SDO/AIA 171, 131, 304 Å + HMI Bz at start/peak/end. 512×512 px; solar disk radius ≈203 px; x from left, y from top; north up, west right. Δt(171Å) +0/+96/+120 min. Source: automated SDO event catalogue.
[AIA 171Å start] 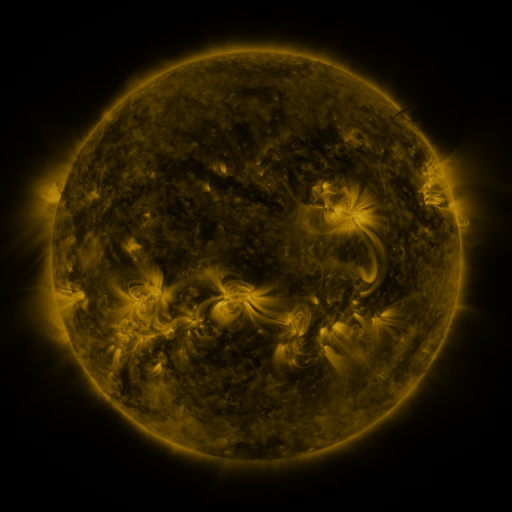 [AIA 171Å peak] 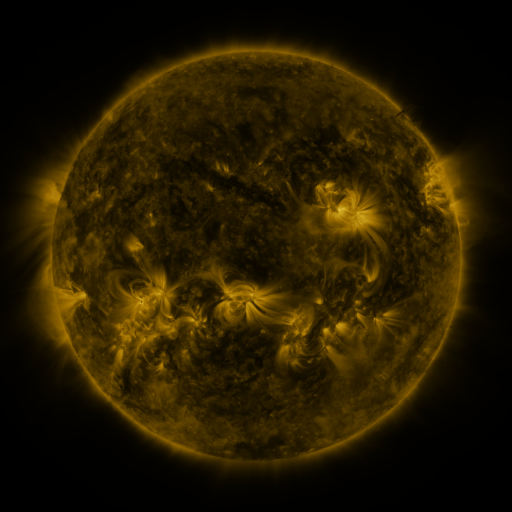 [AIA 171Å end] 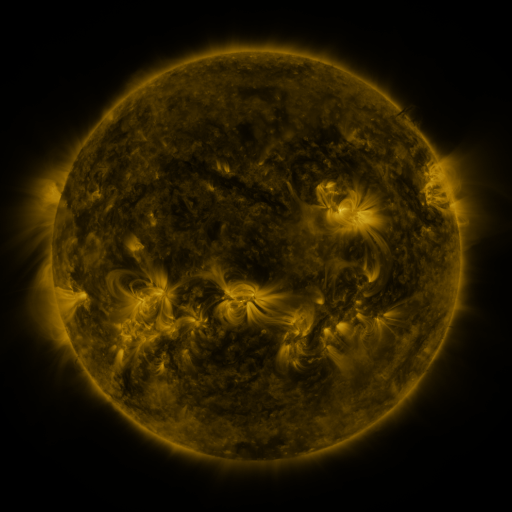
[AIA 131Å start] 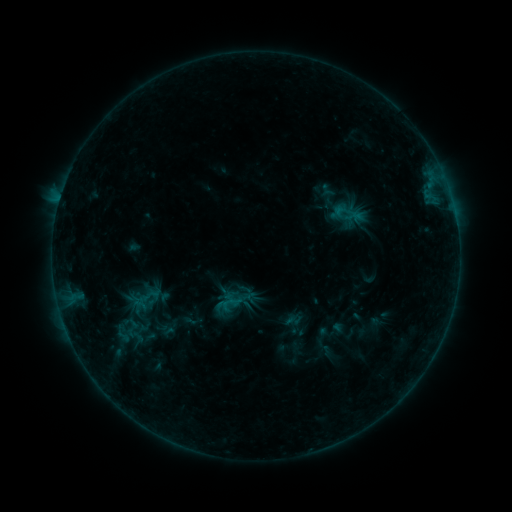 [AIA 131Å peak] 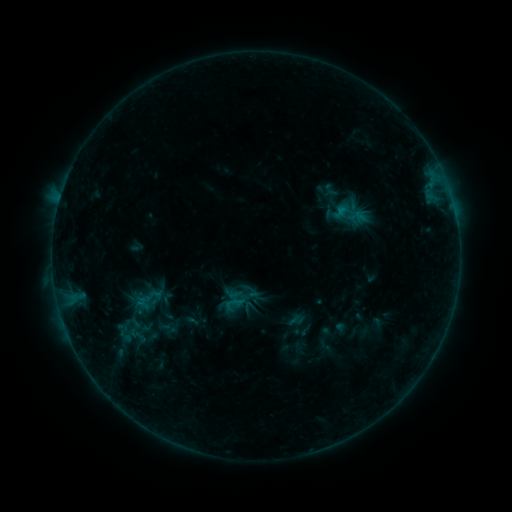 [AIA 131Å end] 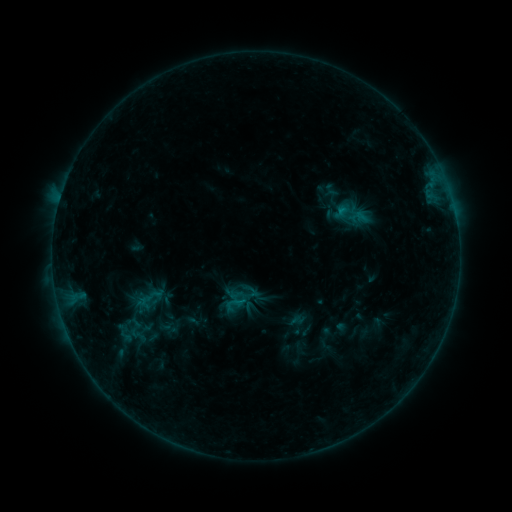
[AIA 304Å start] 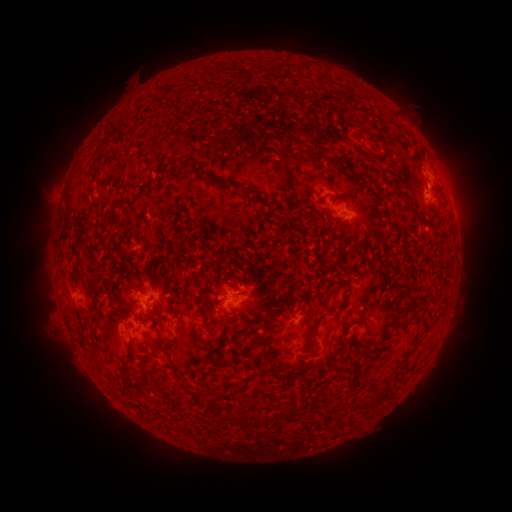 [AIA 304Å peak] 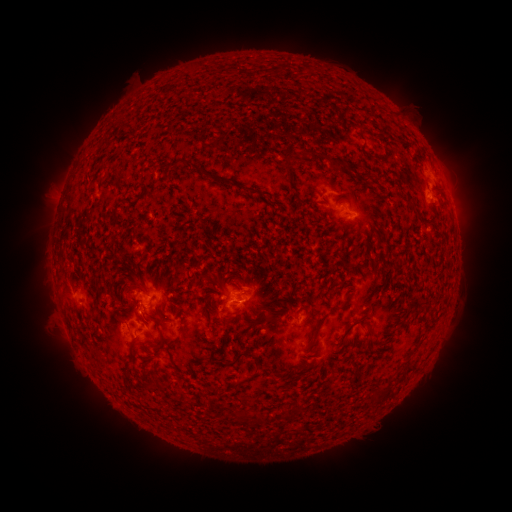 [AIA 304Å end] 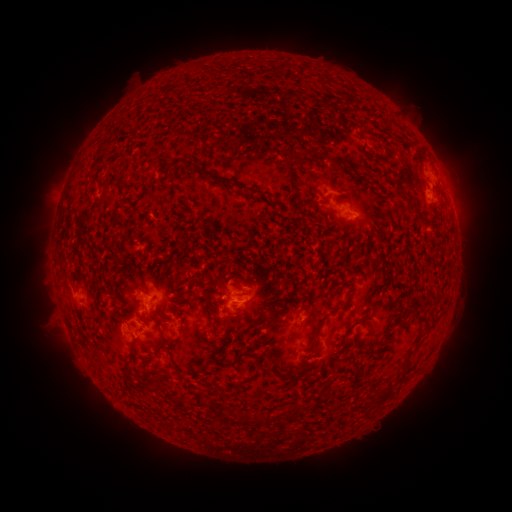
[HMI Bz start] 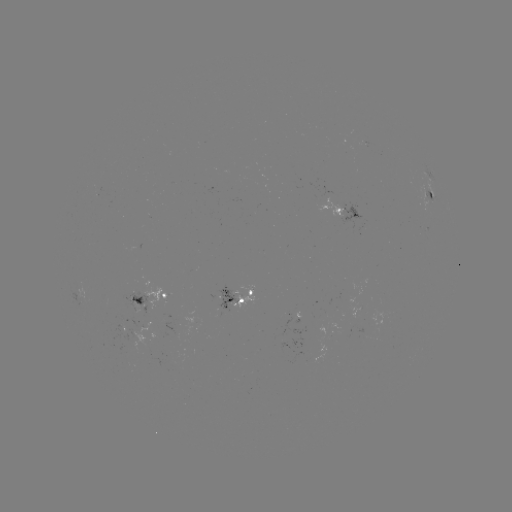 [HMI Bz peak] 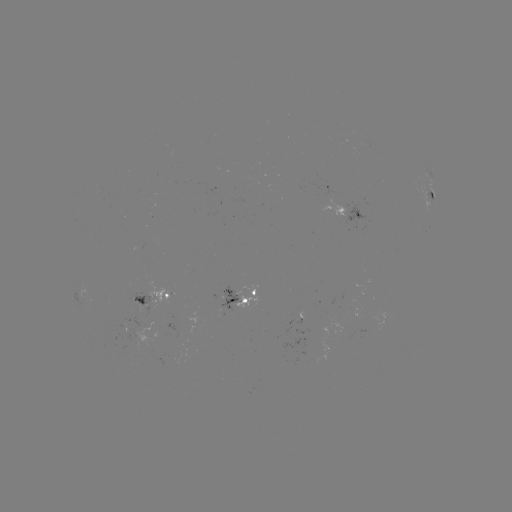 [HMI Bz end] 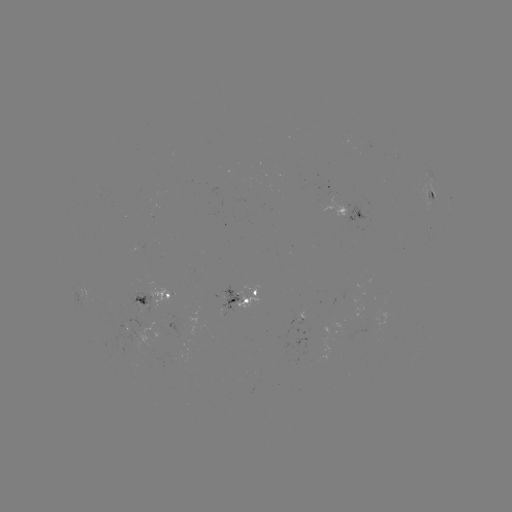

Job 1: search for emerging-flux region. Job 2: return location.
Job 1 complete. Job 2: (134, 341).